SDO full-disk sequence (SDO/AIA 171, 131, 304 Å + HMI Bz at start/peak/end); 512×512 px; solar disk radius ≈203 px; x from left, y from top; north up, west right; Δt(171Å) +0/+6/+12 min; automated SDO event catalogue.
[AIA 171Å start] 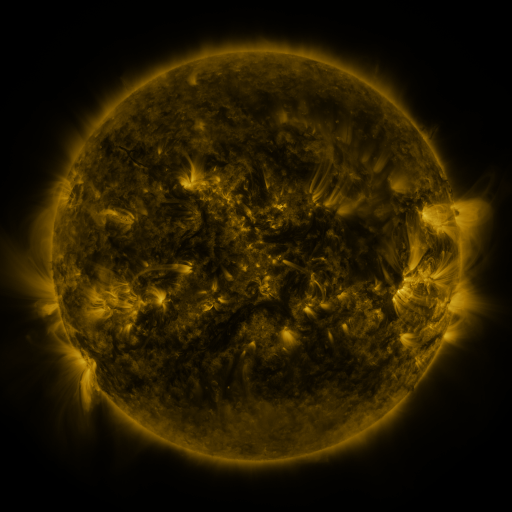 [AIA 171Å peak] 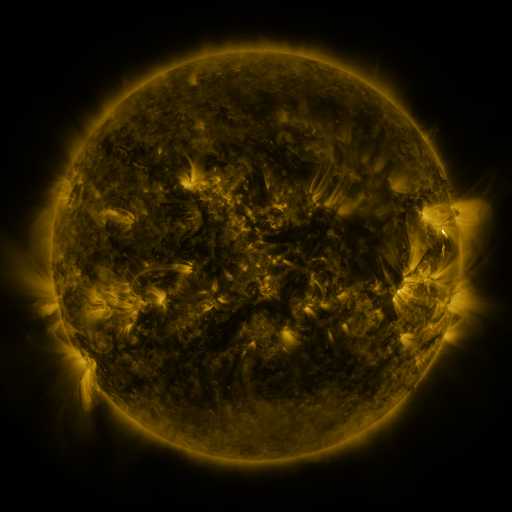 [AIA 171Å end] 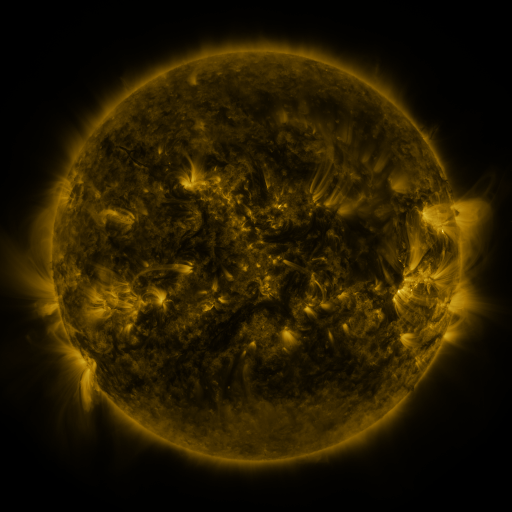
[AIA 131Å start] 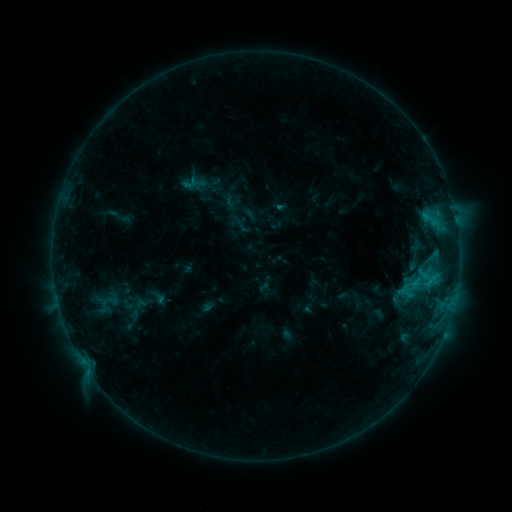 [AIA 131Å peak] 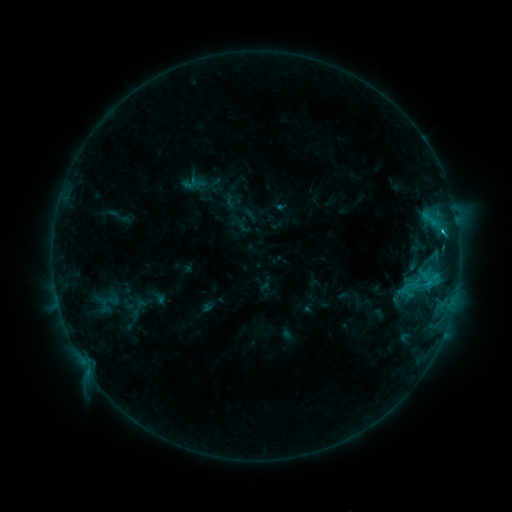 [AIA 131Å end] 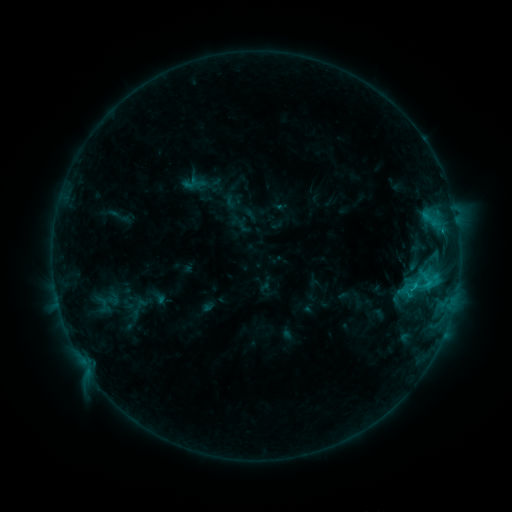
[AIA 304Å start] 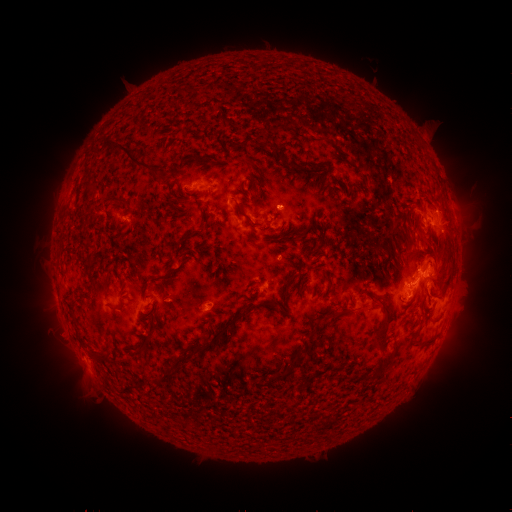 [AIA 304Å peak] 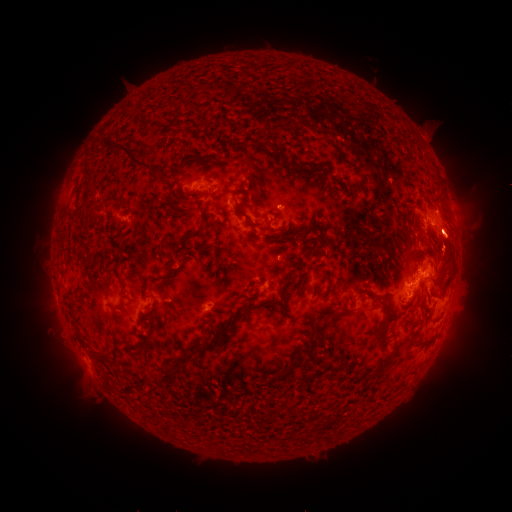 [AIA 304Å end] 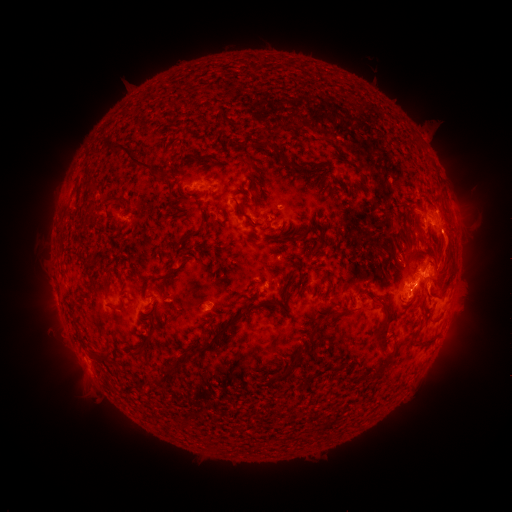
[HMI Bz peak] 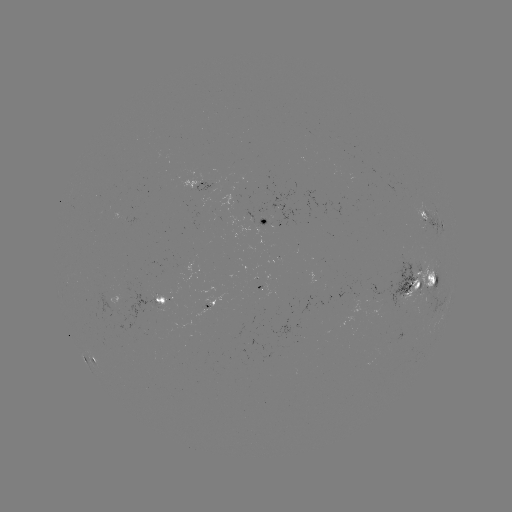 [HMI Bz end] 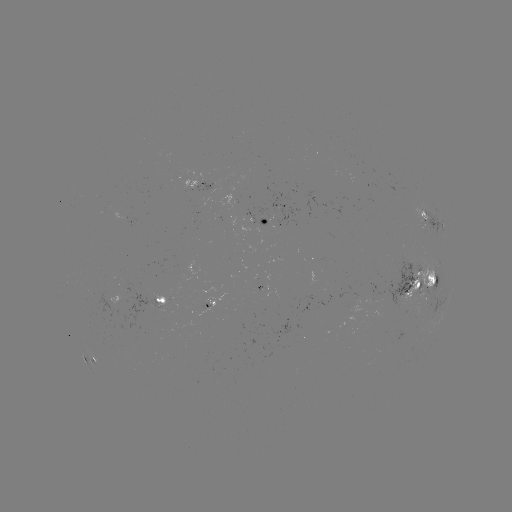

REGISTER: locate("eruption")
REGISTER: (456, 242)